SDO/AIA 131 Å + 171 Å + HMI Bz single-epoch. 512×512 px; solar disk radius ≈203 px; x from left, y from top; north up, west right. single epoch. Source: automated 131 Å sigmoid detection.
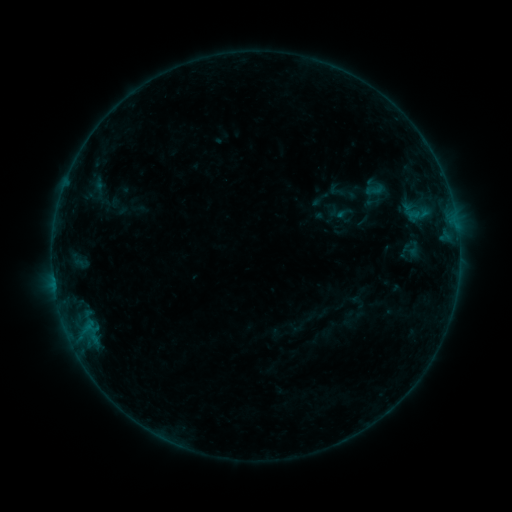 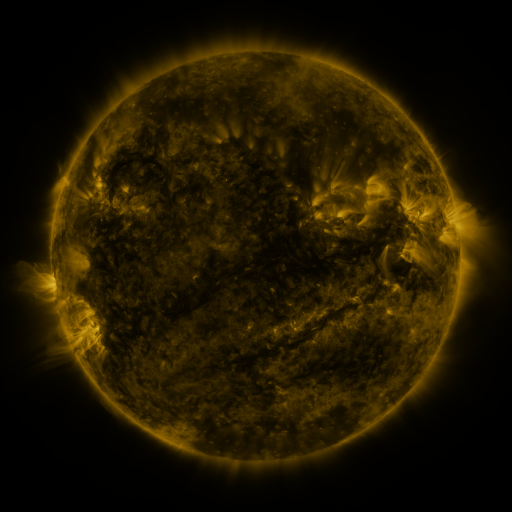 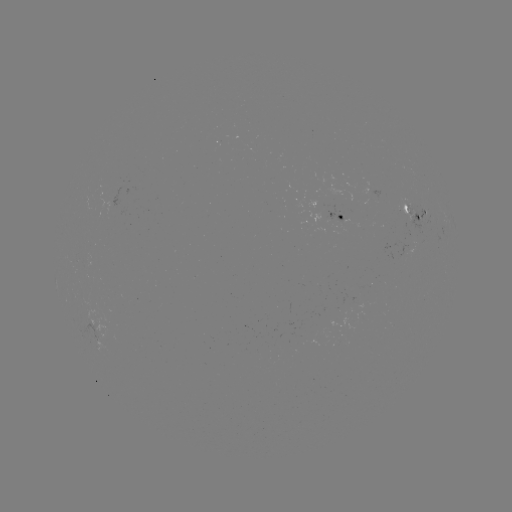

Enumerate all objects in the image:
sigmoid: [326, 181, 346, 199]
